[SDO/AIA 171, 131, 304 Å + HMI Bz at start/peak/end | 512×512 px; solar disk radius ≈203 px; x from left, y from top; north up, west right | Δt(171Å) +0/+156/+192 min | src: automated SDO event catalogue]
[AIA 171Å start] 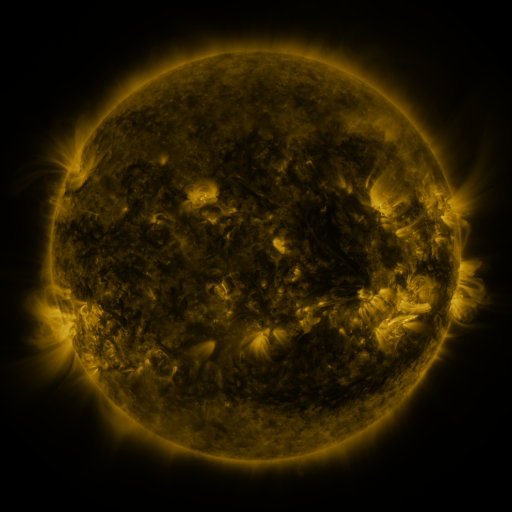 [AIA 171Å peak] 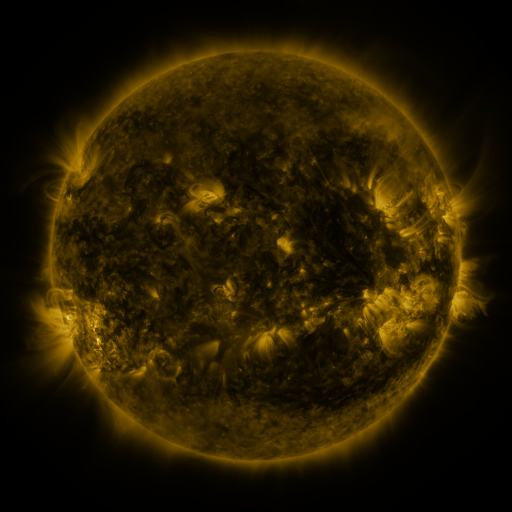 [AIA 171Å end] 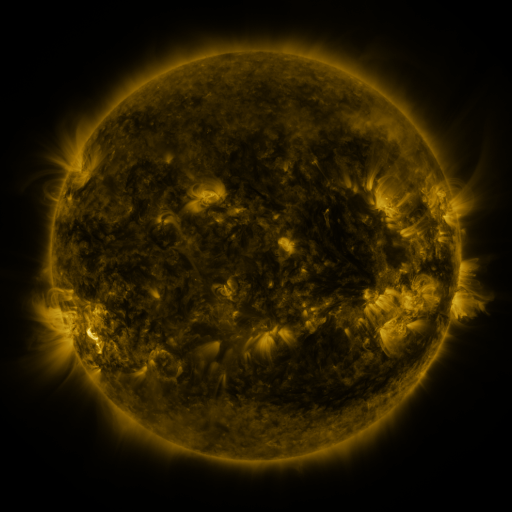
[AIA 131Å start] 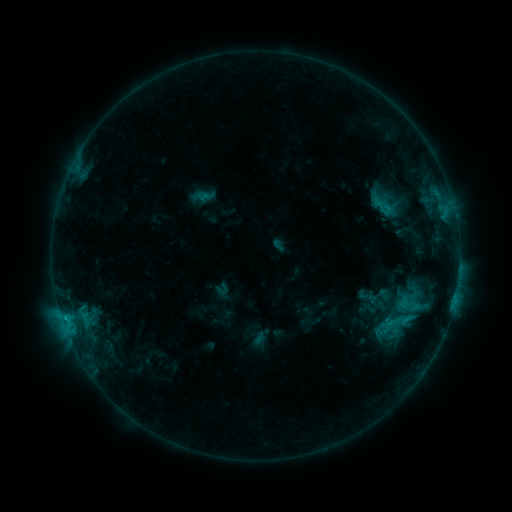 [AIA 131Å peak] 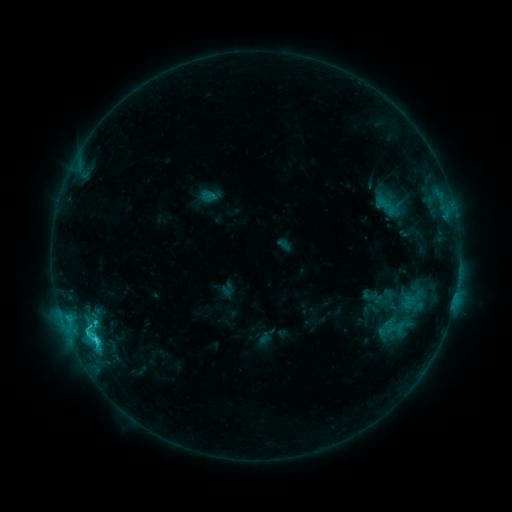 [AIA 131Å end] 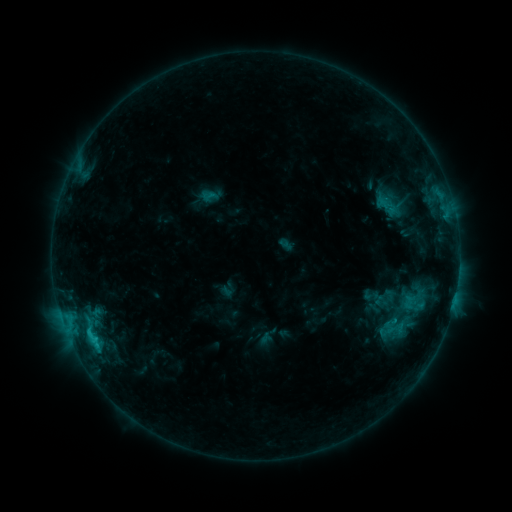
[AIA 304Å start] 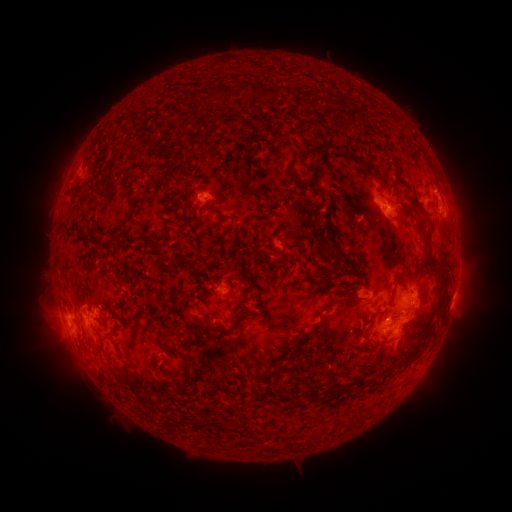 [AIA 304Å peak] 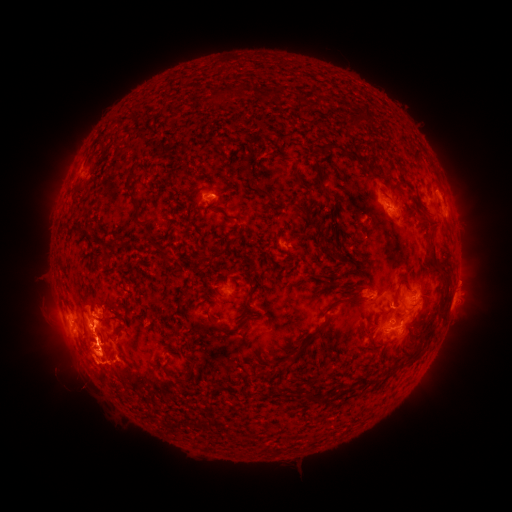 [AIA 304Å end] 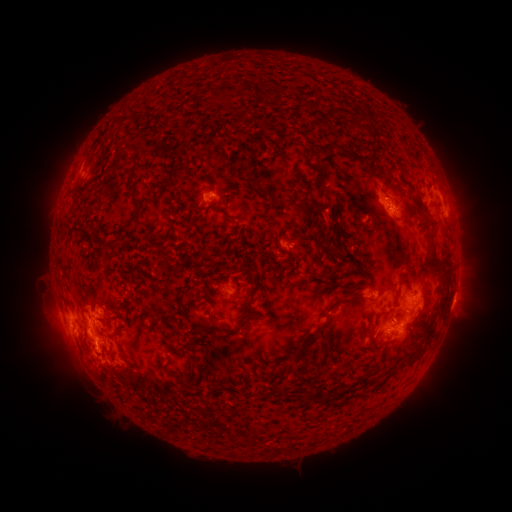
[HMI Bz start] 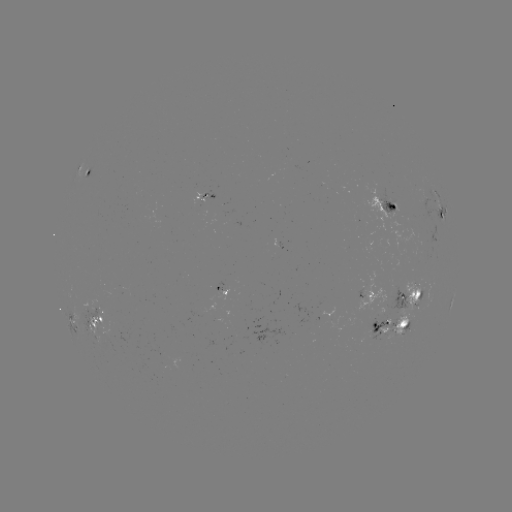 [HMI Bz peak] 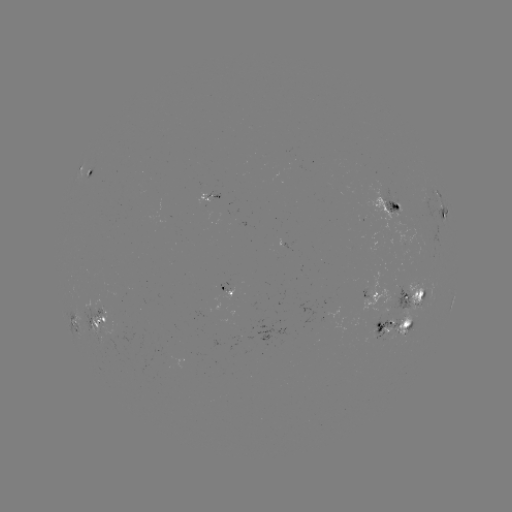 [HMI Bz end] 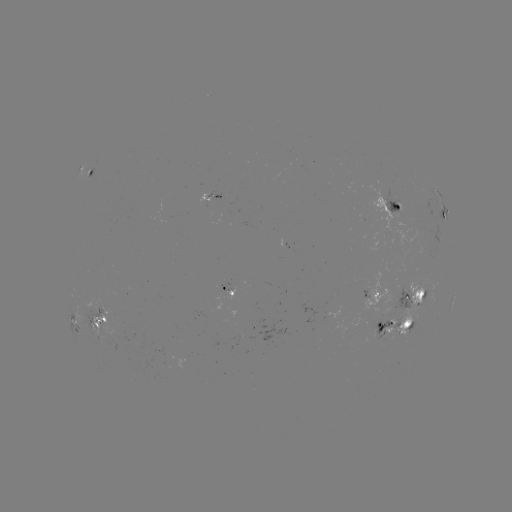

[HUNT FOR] emerging-flux region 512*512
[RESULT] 95,310